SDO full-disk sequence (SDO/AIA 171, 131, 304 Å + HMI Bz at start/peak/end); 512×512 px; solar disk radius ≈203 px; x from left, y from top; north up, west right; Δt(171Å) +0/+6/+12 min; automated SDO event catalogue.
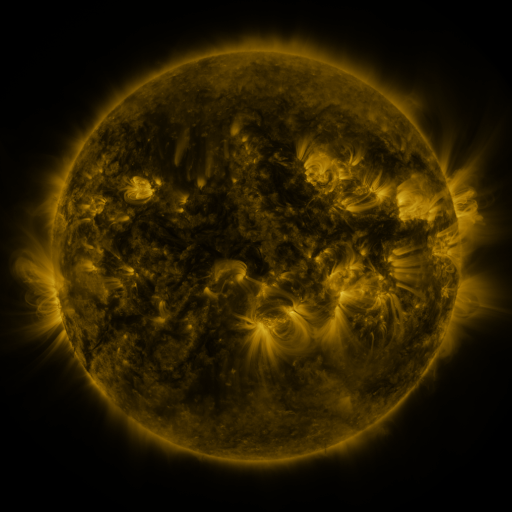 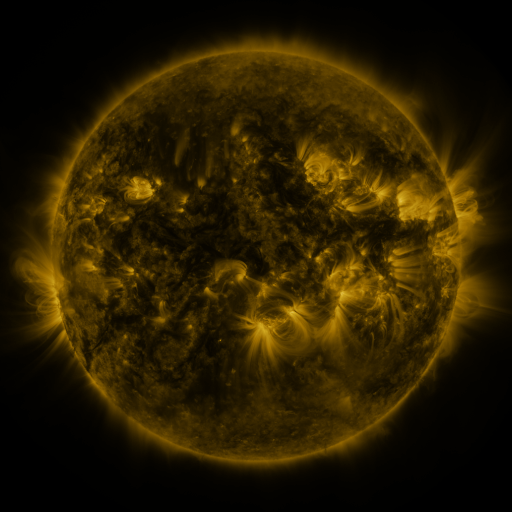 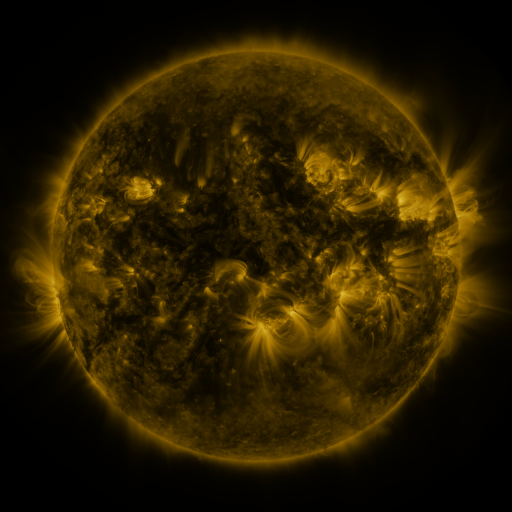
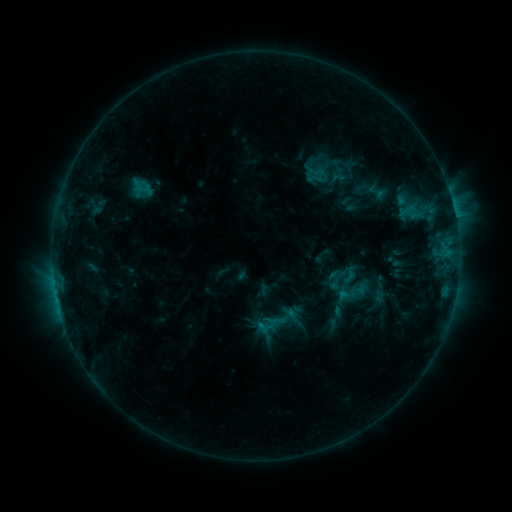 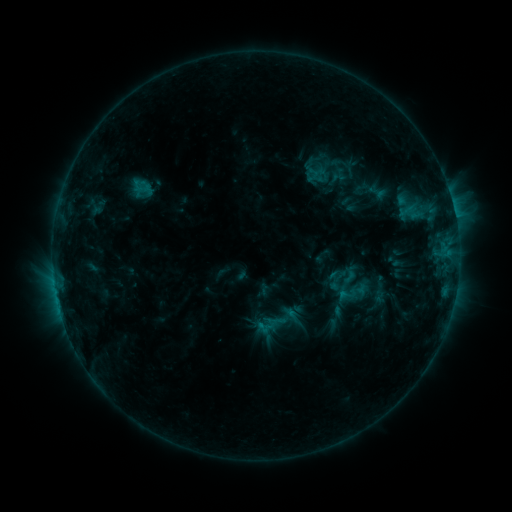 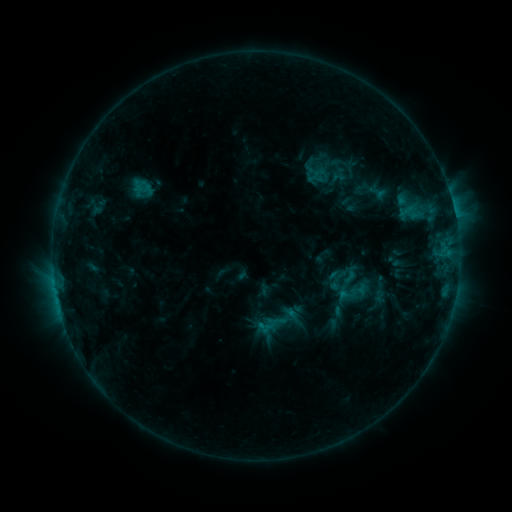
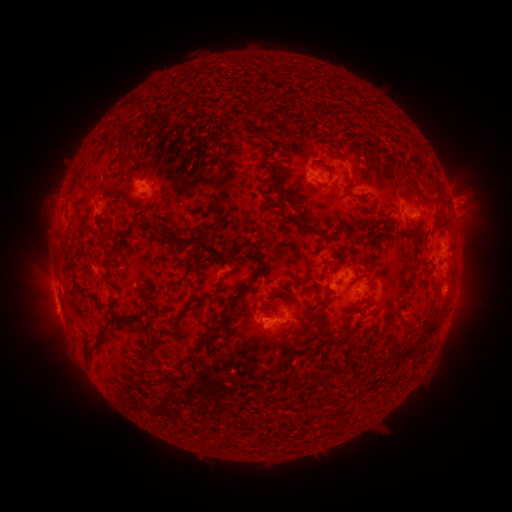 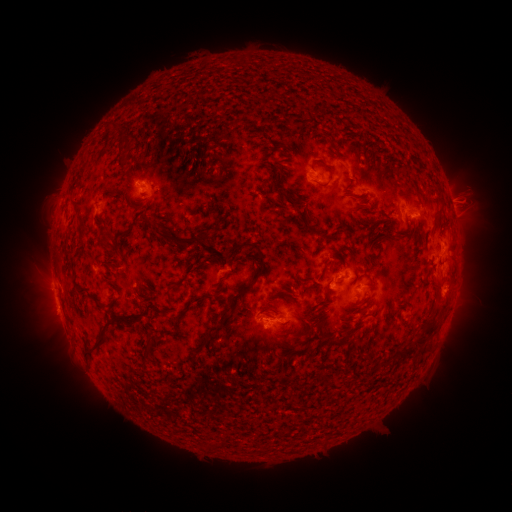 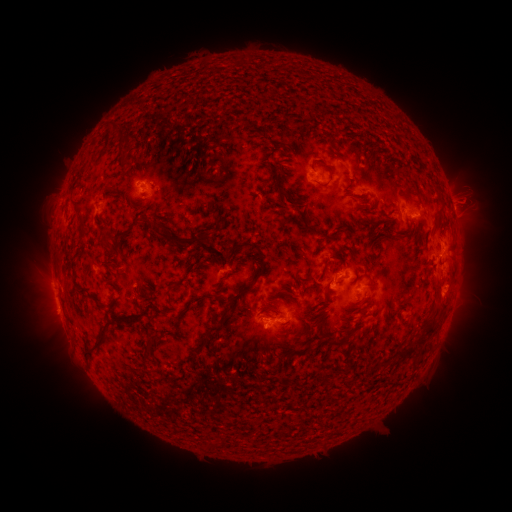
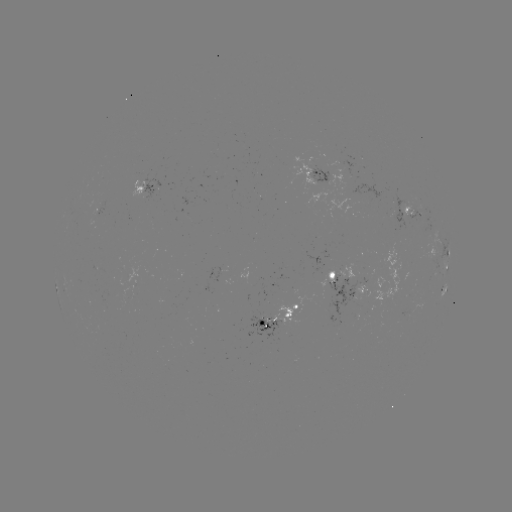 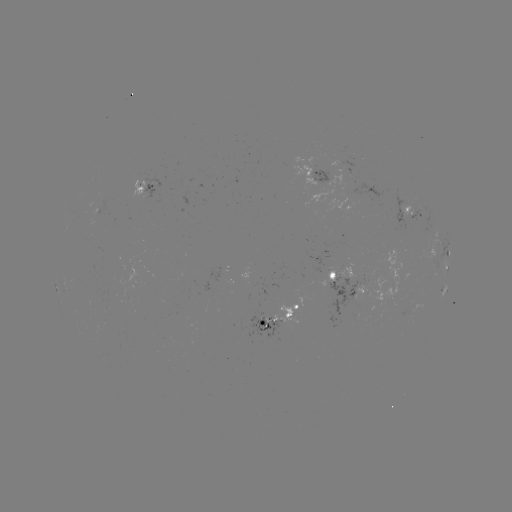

nothing was catalogued: no classed flare, no EUV trigger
